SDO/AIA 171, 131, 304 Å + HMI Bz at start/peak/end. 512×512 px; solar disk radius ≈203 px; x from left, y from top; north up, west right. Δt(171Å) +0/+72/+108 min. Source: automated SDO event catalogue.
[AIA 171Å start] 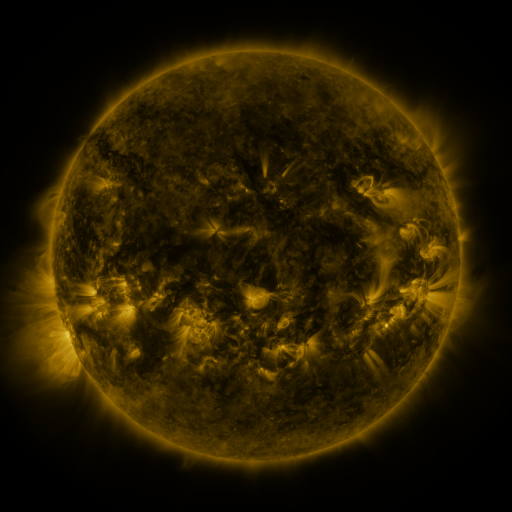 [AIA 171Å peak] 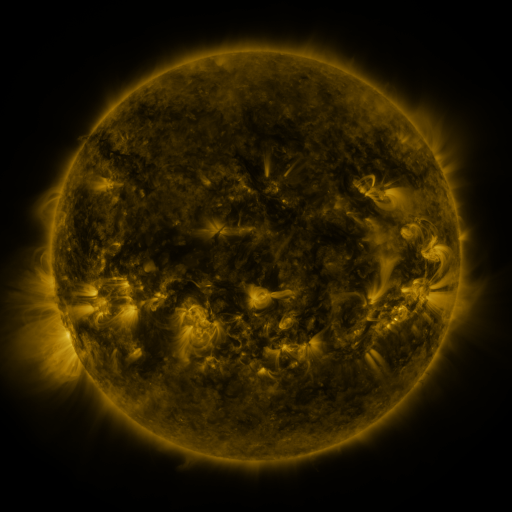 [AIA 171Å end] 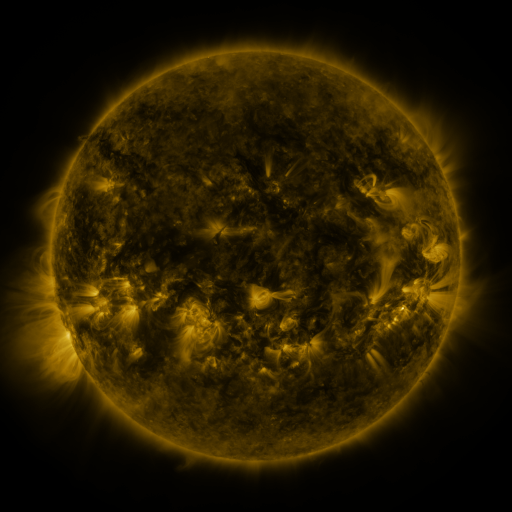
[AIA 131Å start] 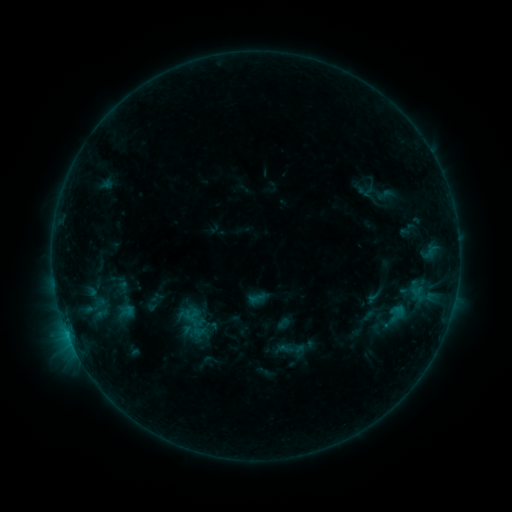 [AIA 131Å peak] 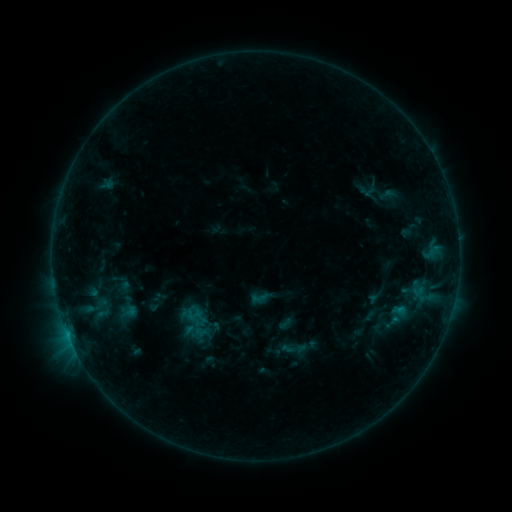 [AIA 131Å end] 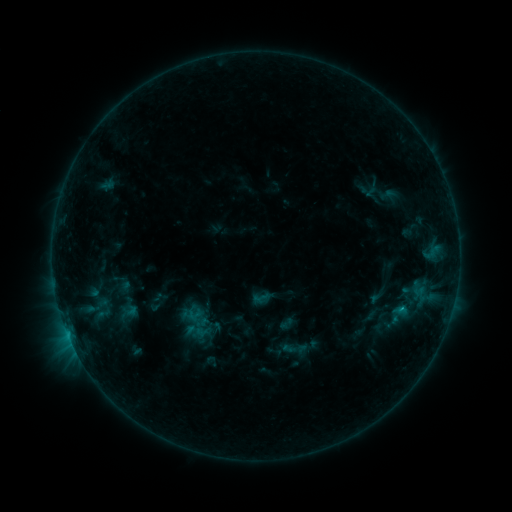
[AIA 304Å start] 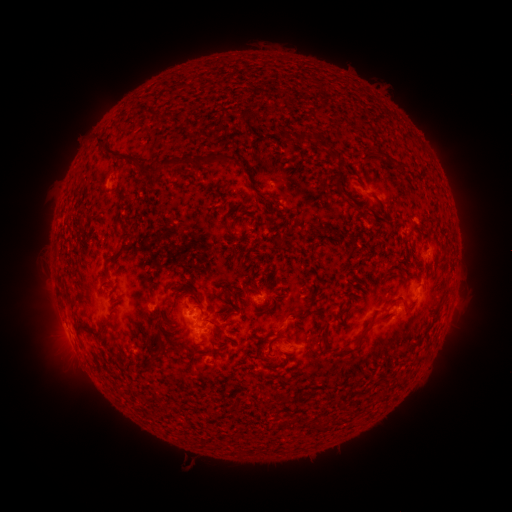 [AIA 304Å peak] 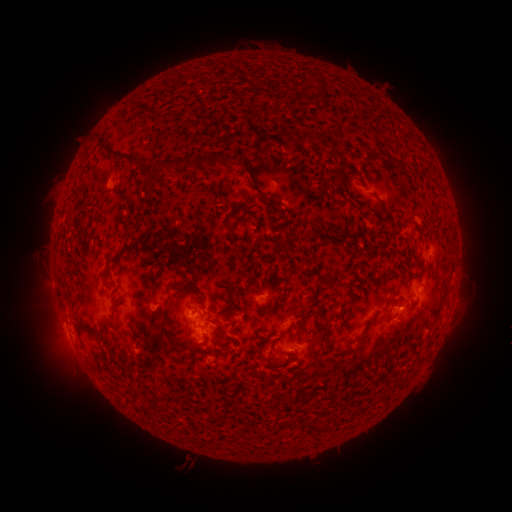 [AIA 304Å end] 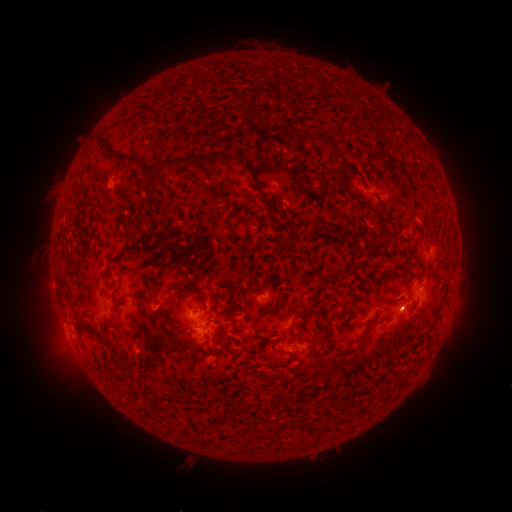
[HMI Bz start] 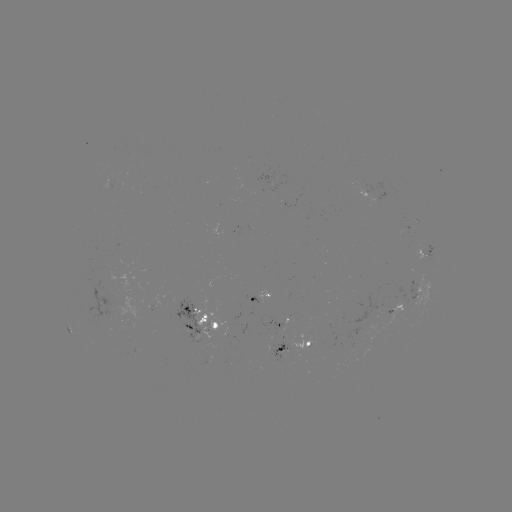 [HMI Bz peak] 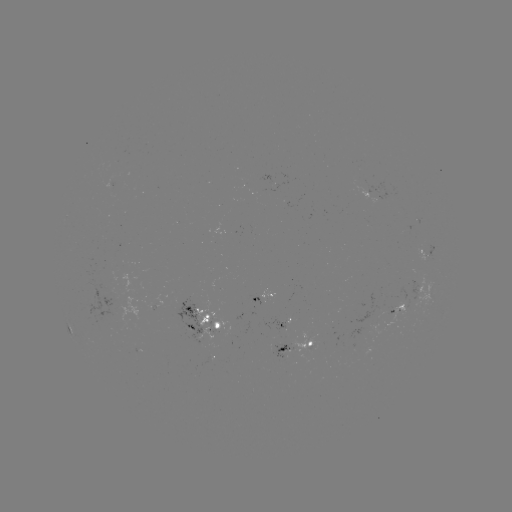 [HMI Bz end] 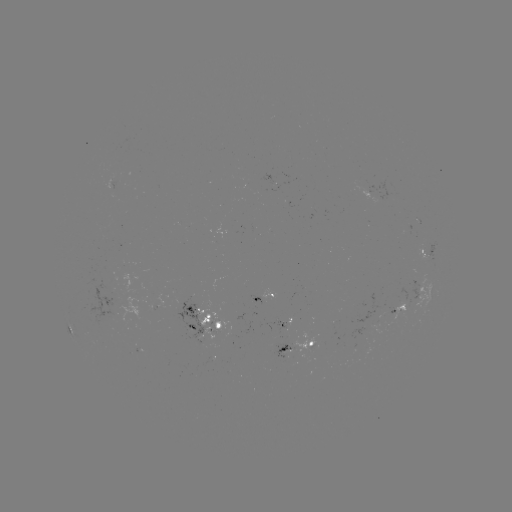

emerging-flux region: [244, 183, 286, 195]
